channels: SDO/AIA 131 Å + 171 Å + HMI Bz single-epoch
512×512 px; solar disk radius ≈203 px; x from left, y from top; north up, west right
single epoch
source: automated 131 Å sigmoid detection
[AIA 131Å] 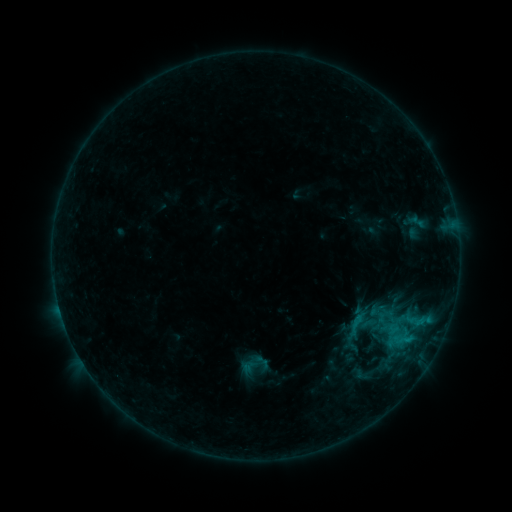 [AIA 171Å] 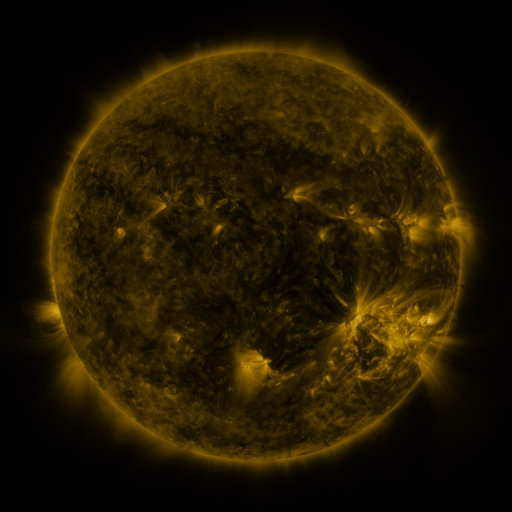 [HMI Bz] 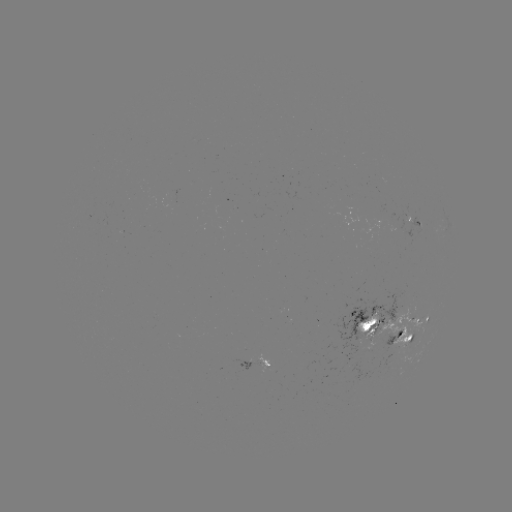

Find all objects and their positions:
sigmoid: (345, 313, 367, 335)
